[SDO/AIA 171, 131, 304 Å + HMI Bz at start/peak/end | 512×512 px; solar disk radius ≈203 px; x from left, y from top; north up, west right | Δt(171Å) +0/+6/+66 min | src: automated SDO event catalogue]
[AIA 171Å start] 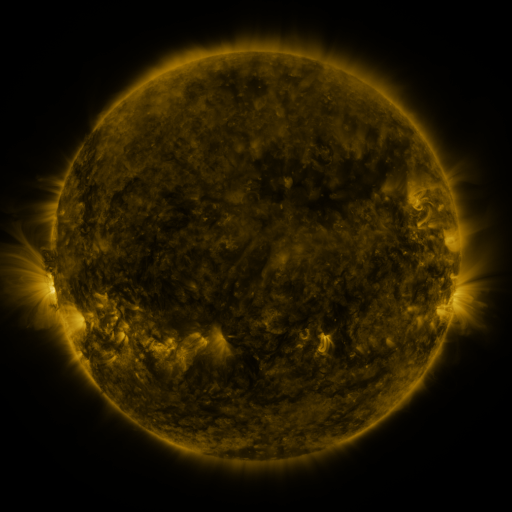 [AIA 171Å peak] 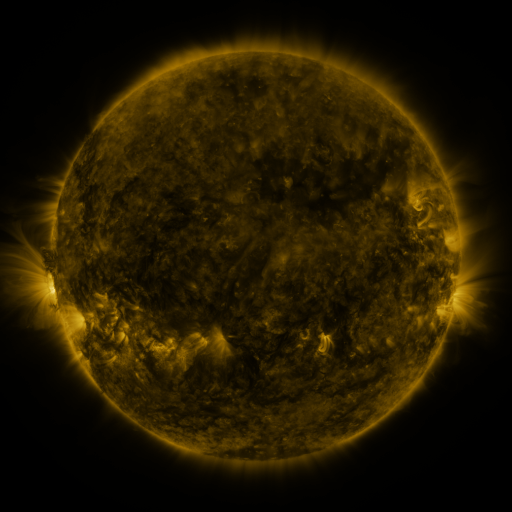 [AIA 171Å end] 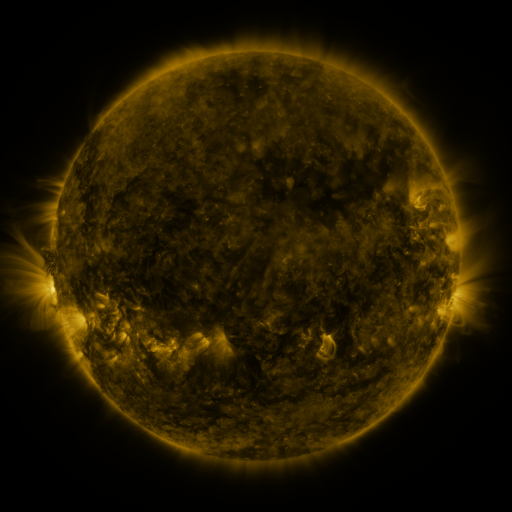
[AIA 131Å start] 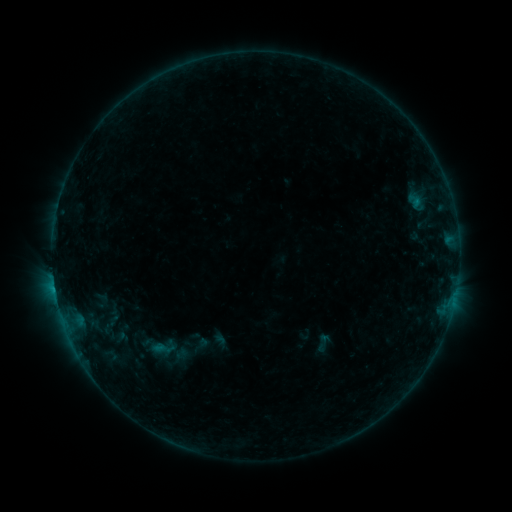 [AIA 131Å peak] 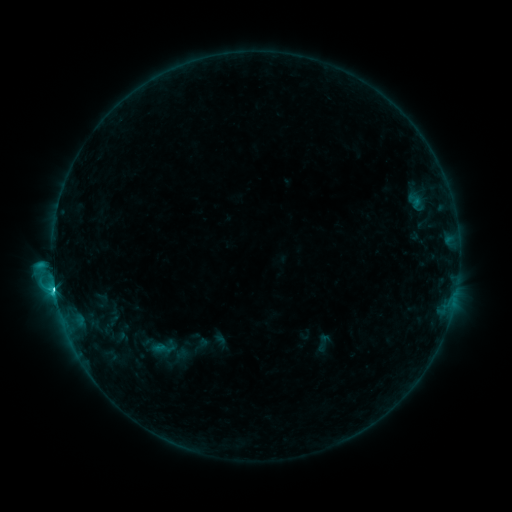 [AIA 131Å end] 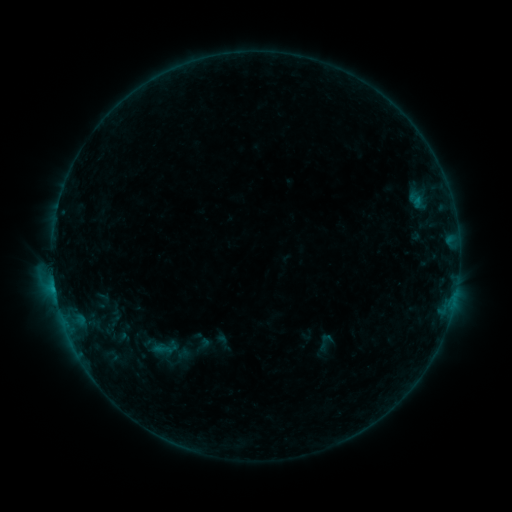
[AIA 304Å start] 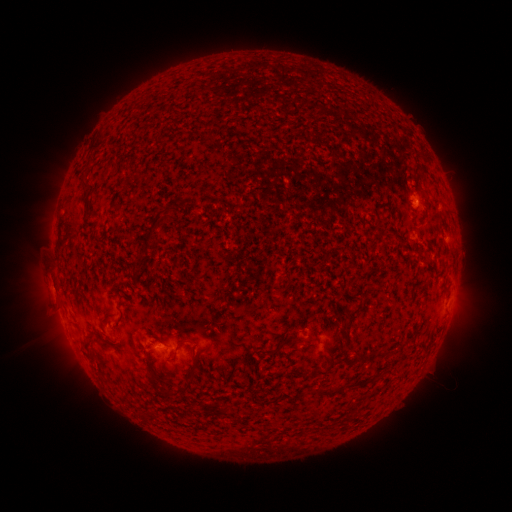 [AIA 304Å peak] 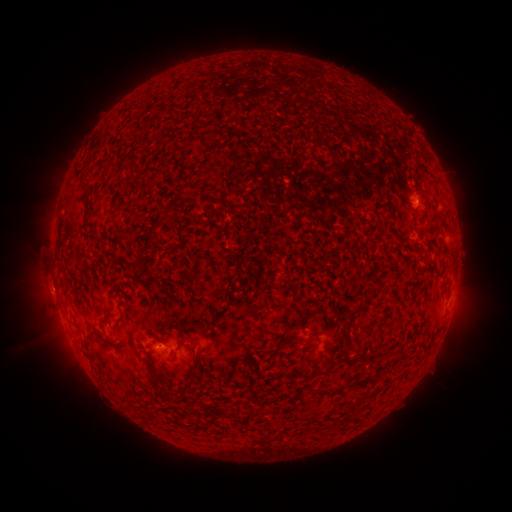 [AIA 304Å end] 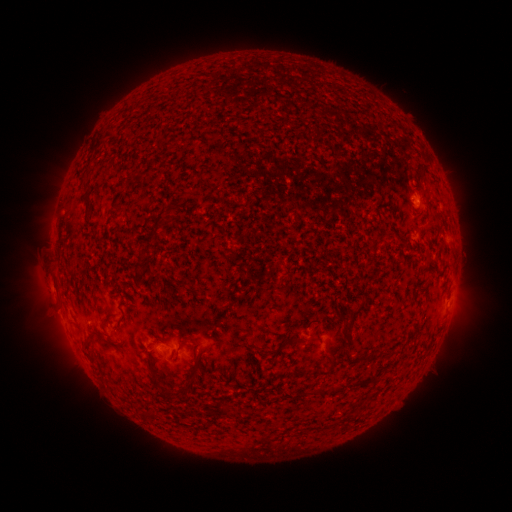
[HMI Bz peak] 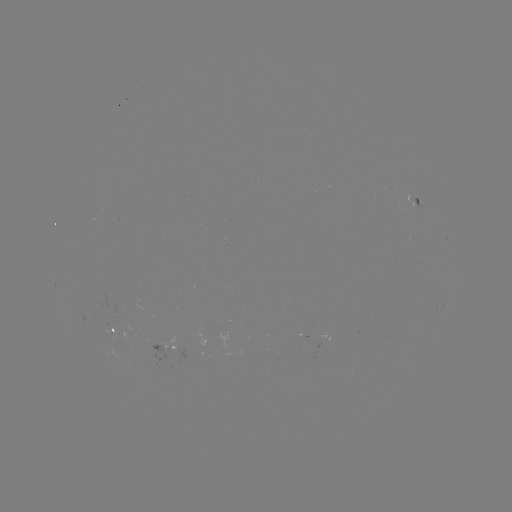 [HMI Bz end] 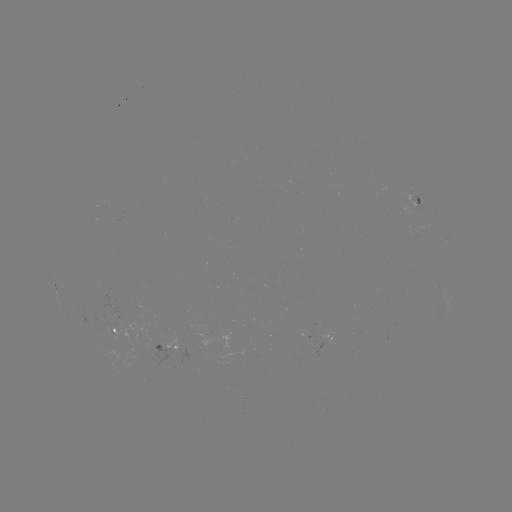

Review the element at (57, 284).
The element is C4.5 flare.